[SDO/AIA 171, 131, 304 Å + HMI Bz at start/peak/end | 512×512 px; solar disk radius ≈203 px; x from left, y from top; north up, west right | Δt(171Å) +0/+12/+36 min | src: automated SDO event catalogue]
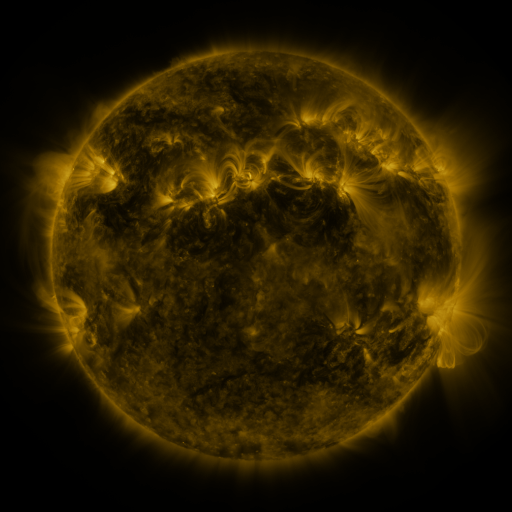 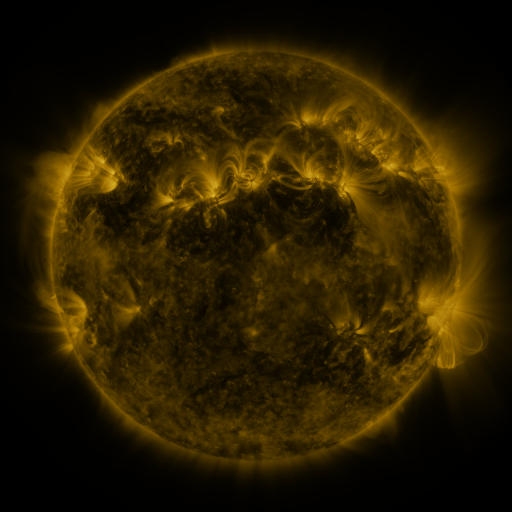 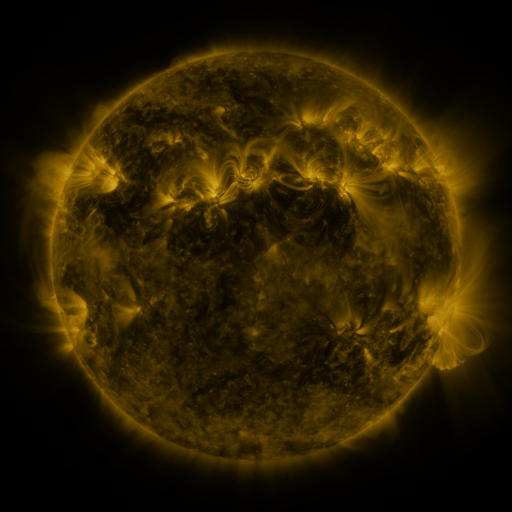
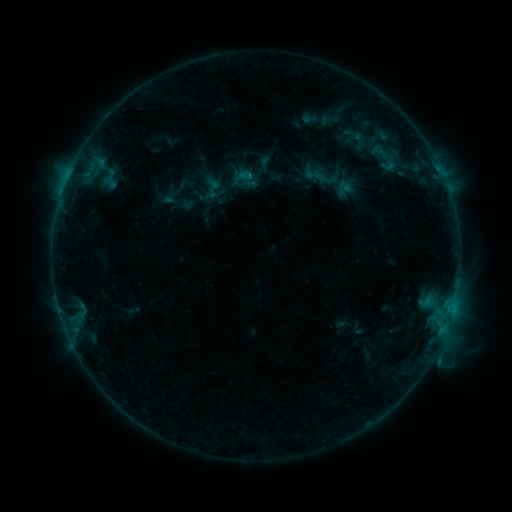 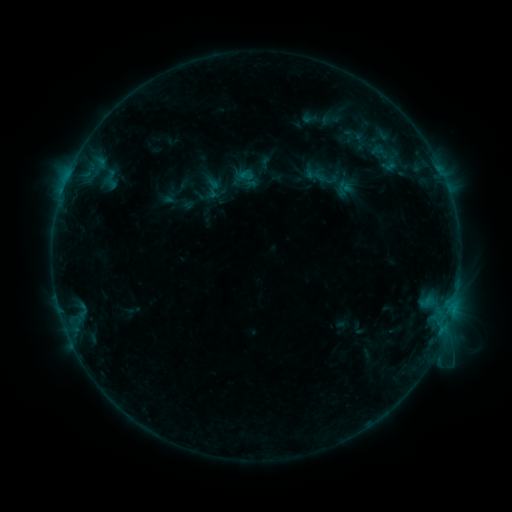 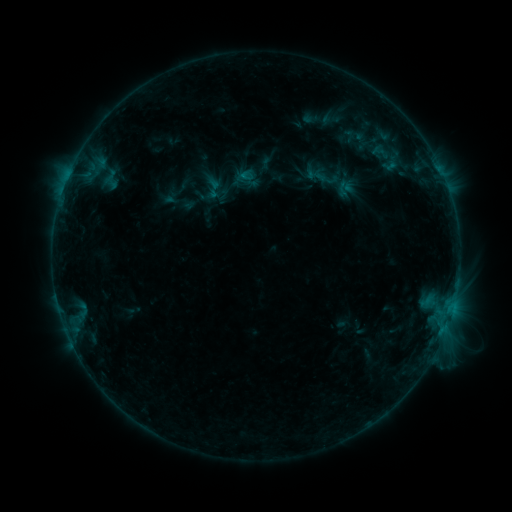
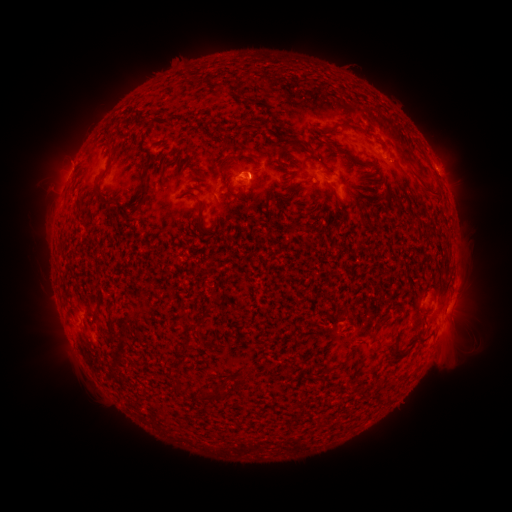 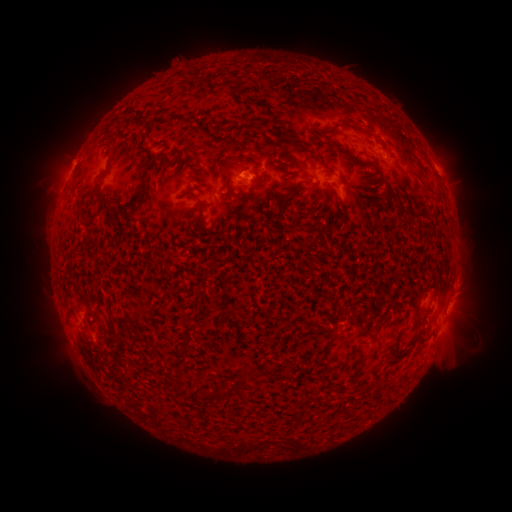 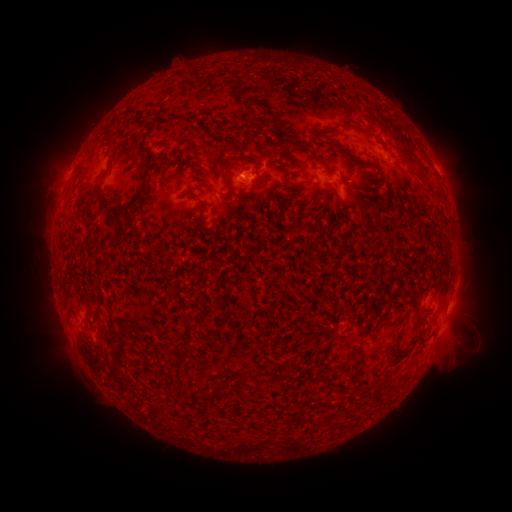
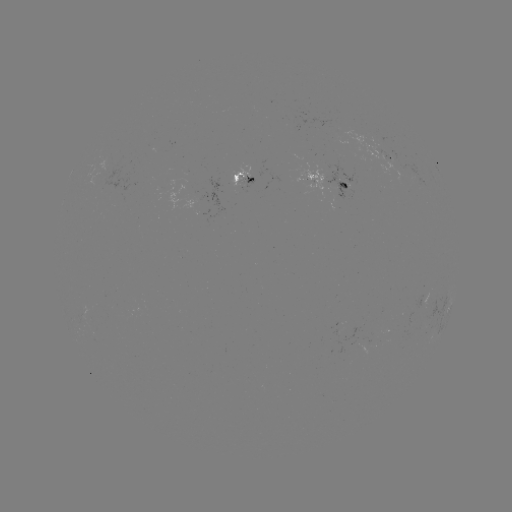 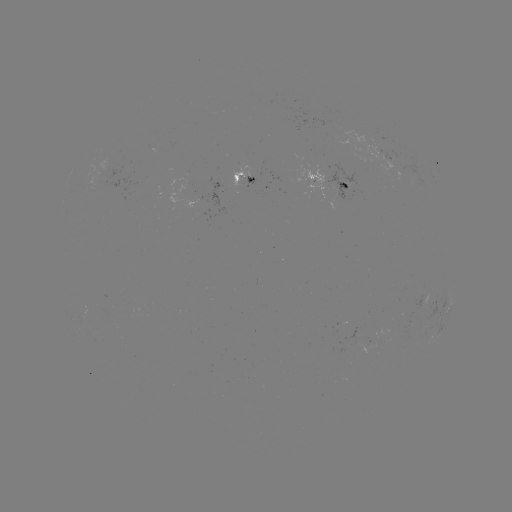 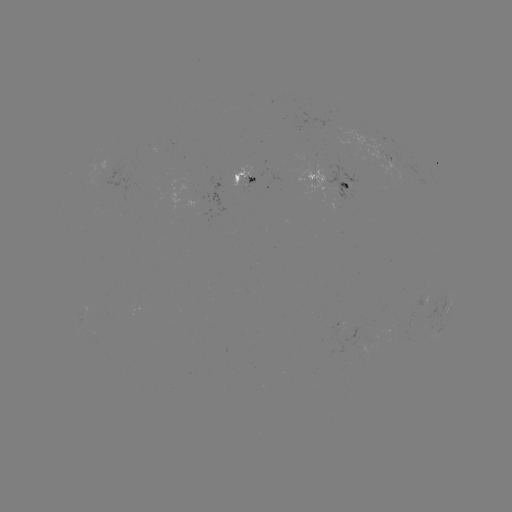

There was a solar emerging-flux region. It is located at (173, 194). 